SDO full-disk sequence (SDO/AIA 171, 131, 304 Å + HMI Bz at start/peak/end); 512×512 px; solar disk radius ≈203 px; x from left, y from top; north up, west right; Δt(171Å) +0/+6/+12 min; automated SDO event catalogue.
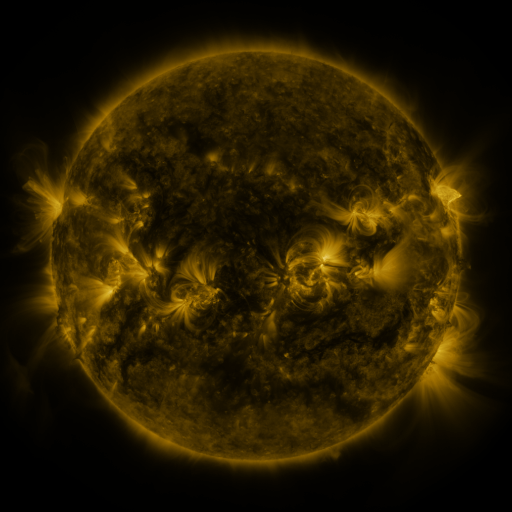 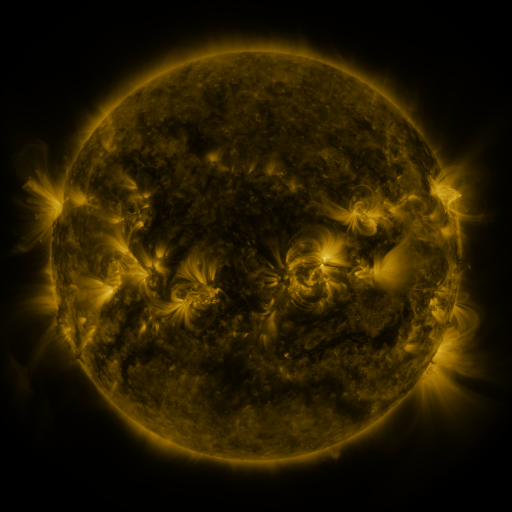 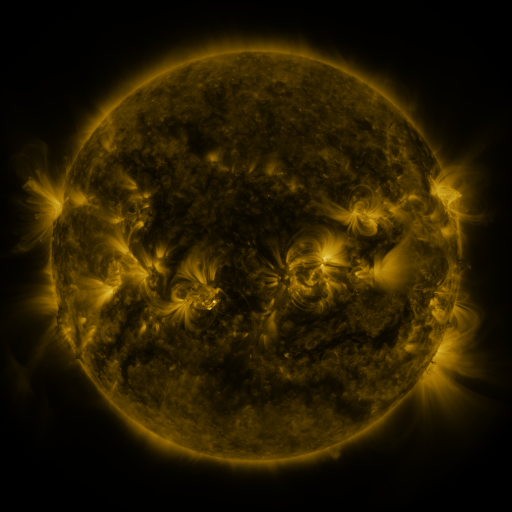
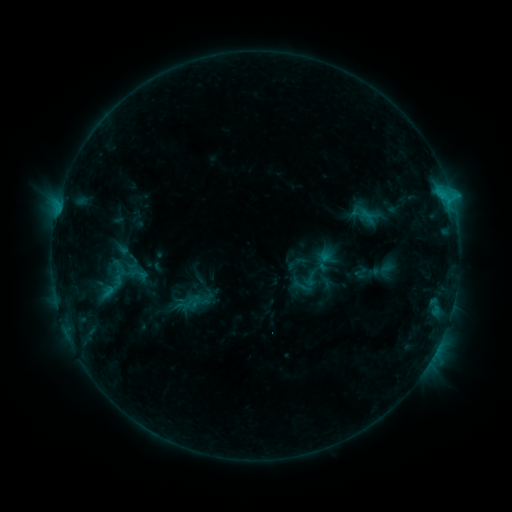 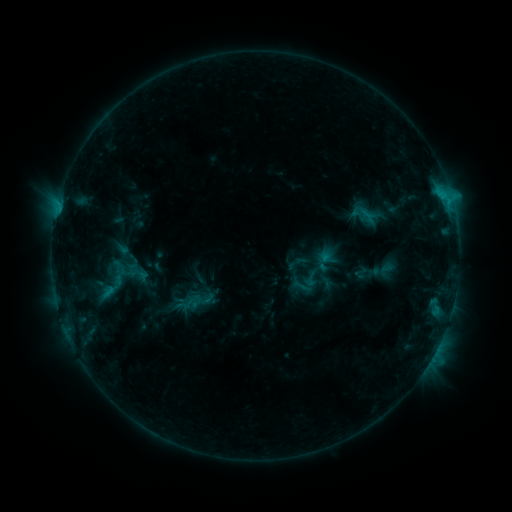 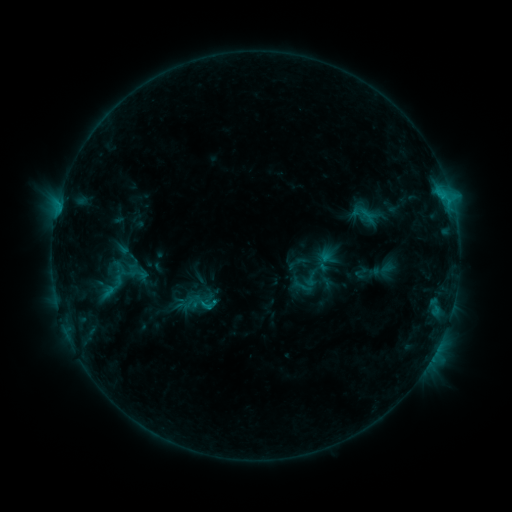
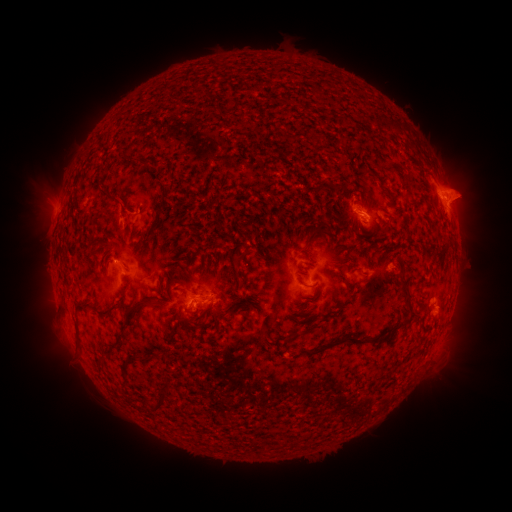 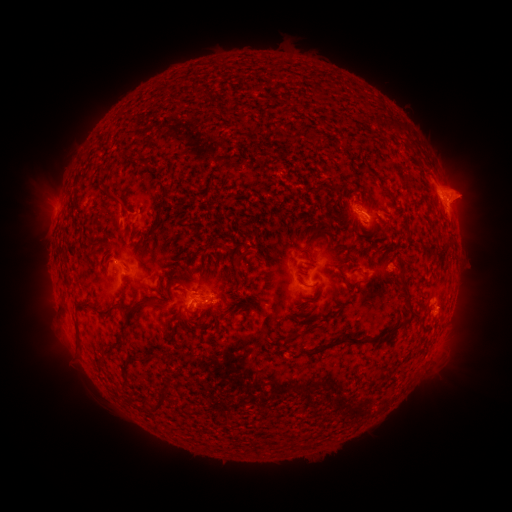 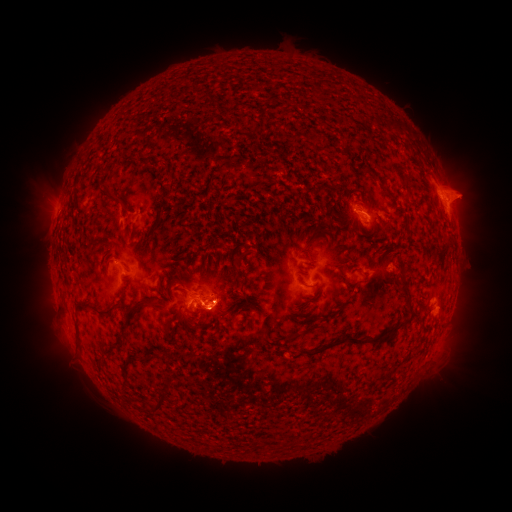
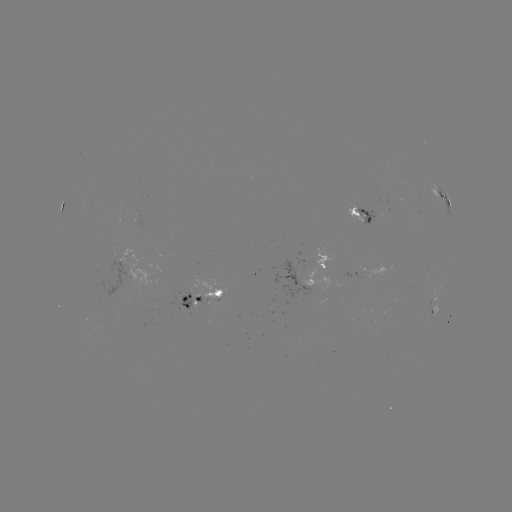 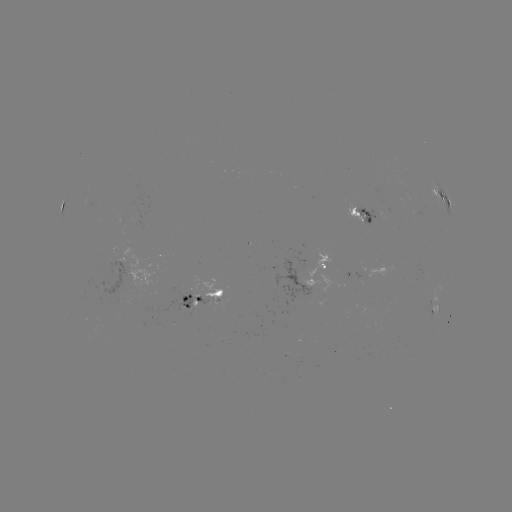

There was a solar eruption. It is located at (213, 321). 